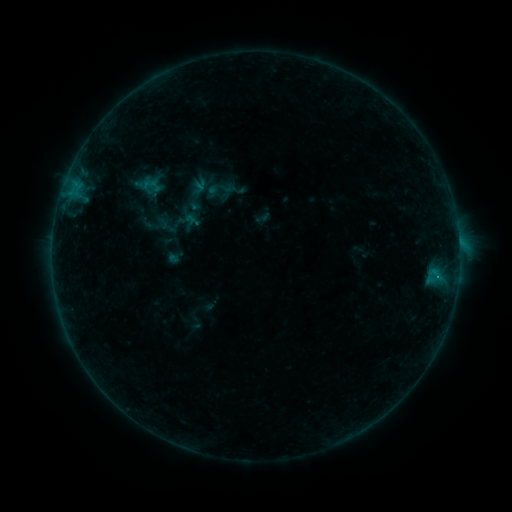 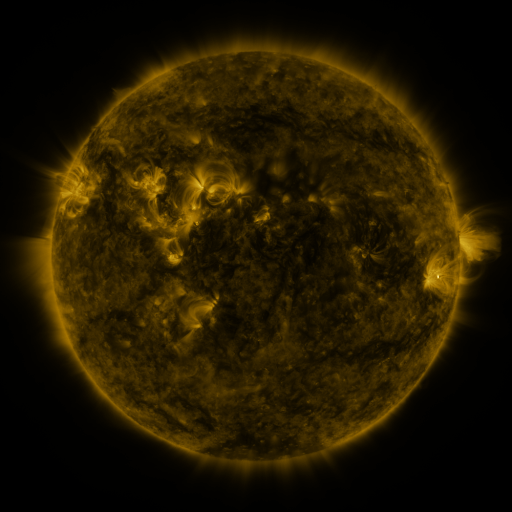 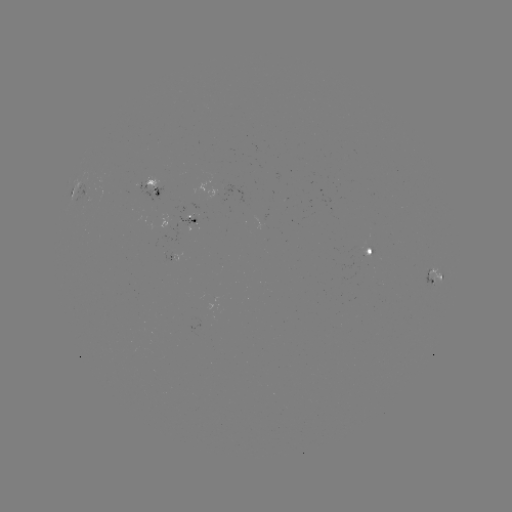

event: sigmoid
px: (220, 189)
